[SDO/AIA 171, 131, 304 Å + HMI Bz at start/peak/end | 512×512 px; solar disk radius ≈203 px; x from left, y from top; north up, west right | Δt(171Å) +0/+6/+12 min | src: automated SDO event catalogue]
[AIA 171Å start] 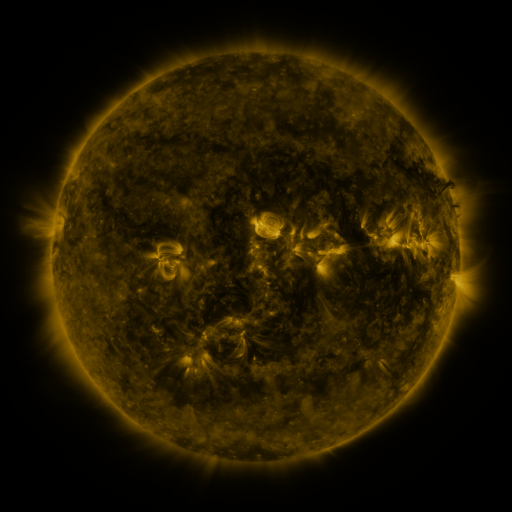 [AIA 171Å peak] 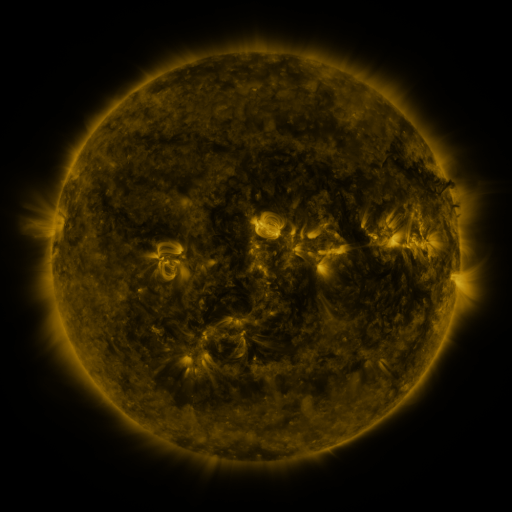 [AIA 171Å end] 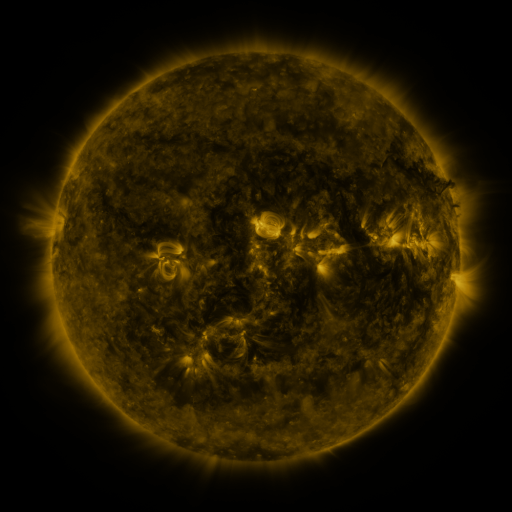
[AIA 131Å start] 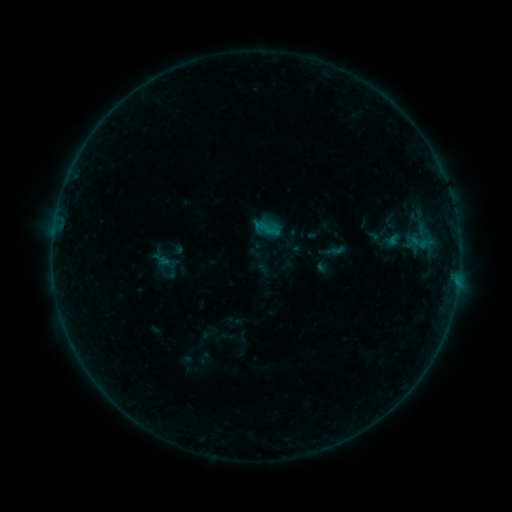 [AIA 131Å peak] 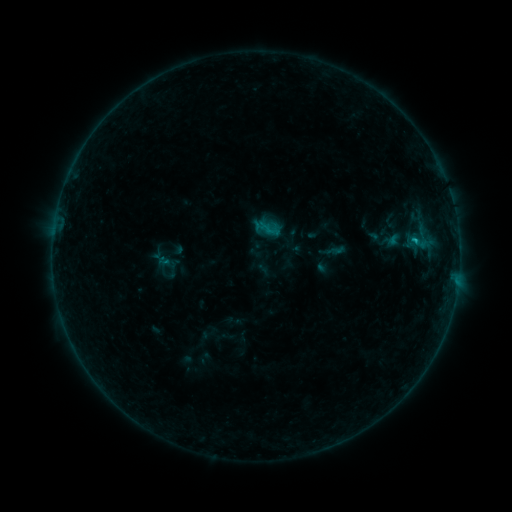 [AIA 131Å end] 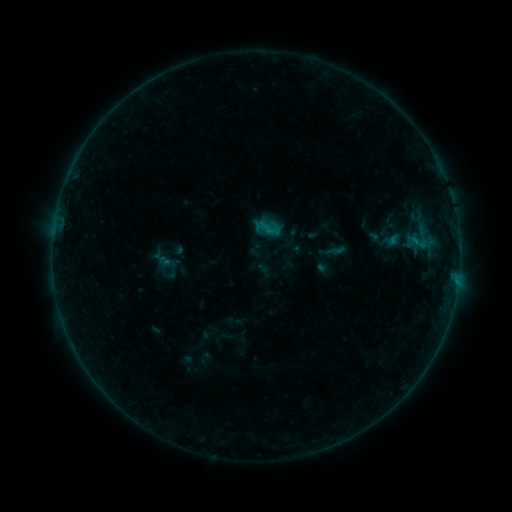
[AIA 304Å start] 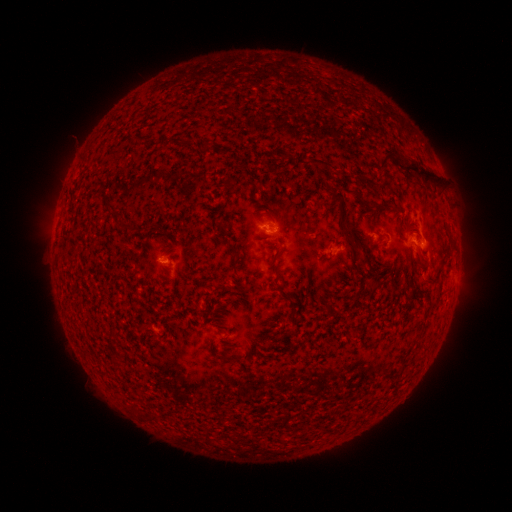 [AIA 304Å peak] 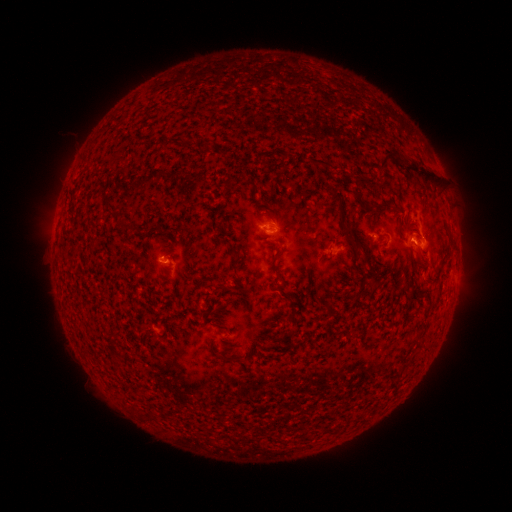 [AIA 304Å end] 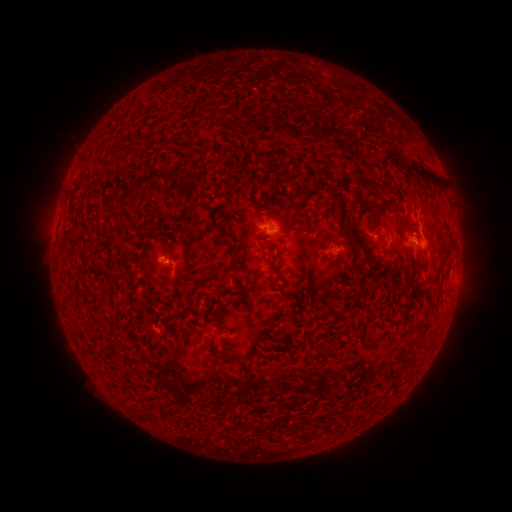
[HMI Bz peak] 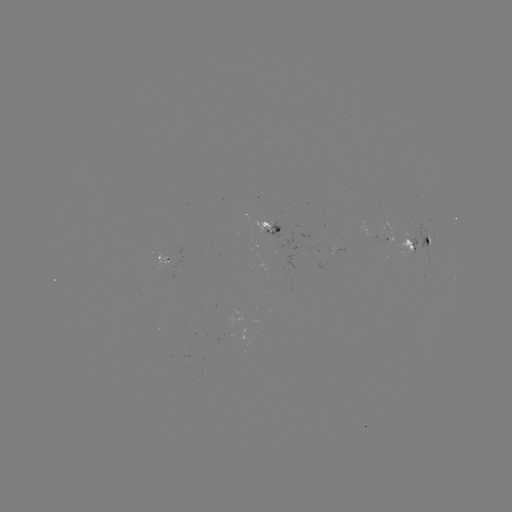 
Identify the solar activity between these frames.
B5.3 flare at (414, 243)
